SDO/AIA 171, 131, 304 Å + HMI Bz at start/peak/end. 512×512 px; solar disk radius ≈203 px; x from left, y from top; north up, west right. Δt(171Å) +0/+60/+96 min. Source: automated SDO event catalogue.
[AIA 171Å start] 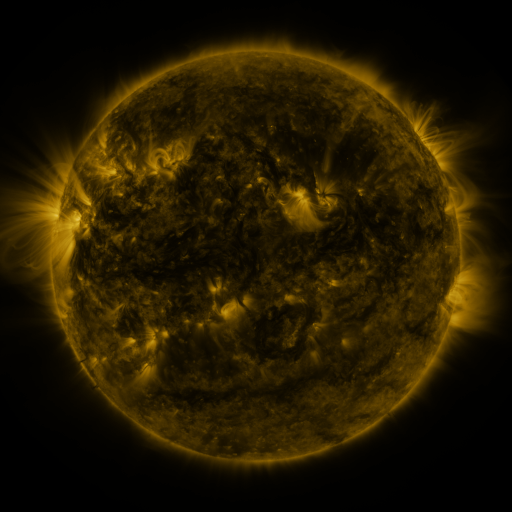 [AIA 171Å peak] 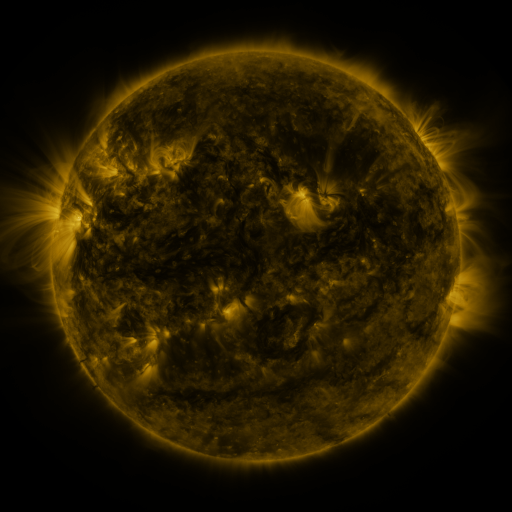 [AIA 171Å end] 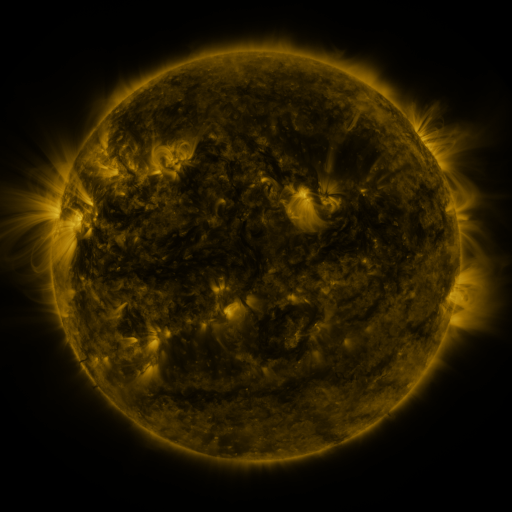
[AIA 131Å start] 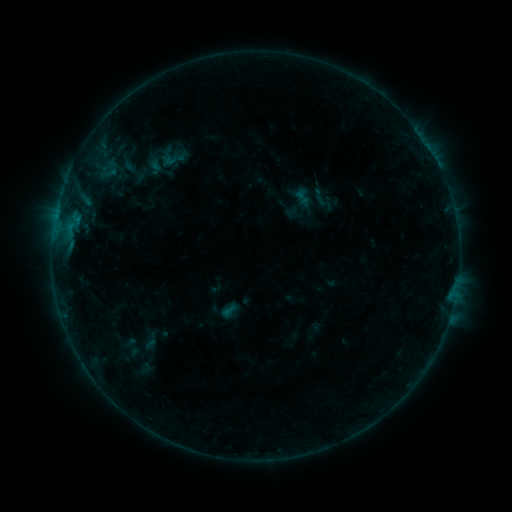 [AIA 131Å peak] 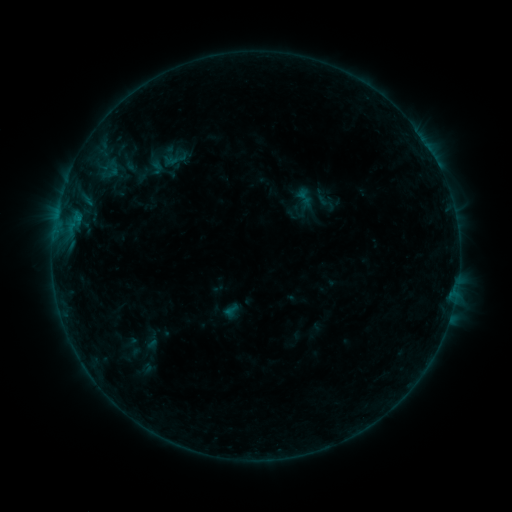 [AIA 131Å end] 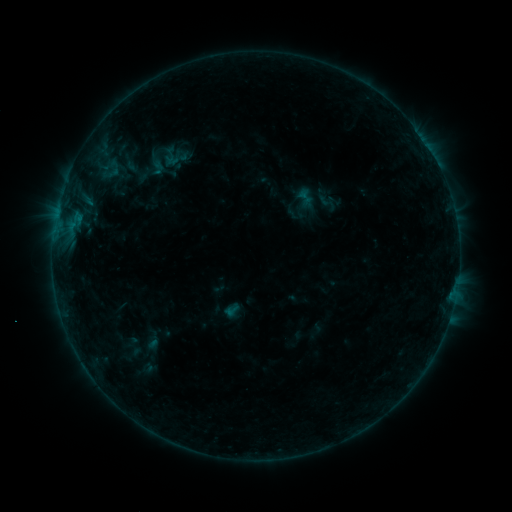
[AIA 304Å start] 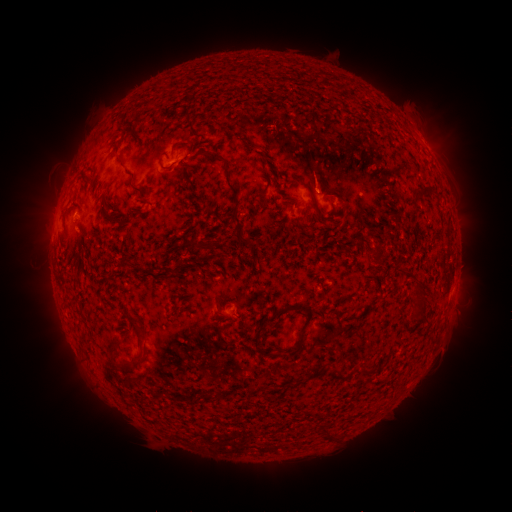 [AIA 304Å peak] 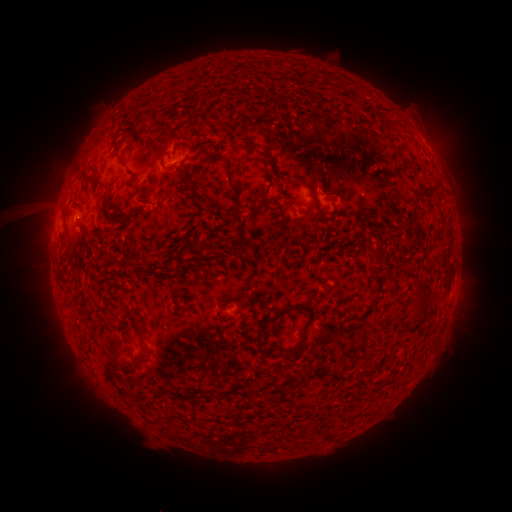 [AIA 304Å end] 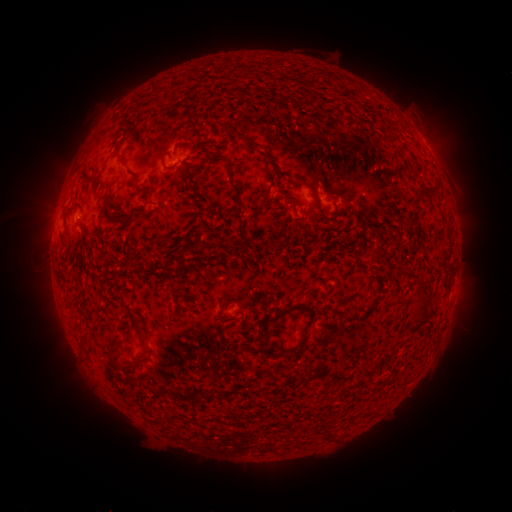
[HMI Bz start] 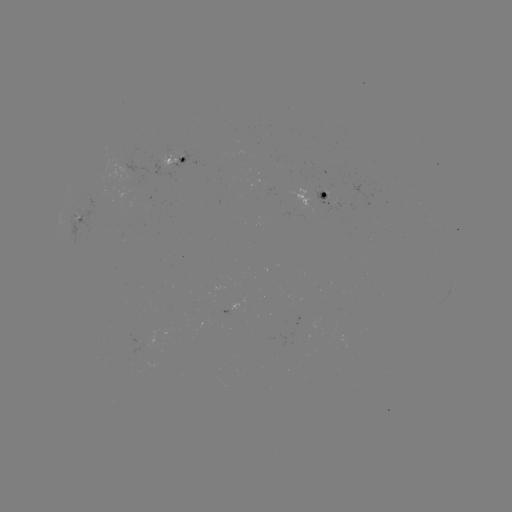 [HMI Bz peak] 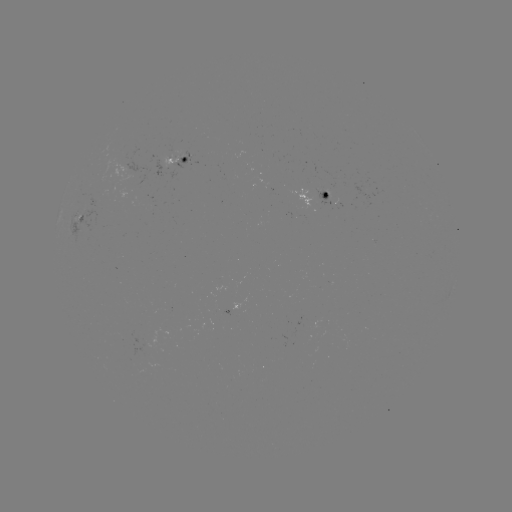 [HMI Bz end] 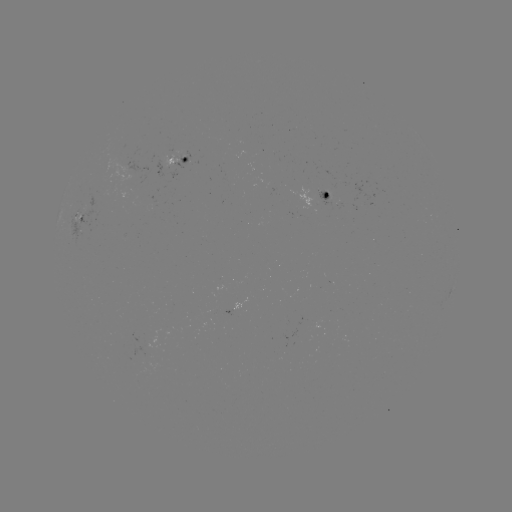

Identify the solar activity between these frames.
emerging-flux region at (166, 312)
